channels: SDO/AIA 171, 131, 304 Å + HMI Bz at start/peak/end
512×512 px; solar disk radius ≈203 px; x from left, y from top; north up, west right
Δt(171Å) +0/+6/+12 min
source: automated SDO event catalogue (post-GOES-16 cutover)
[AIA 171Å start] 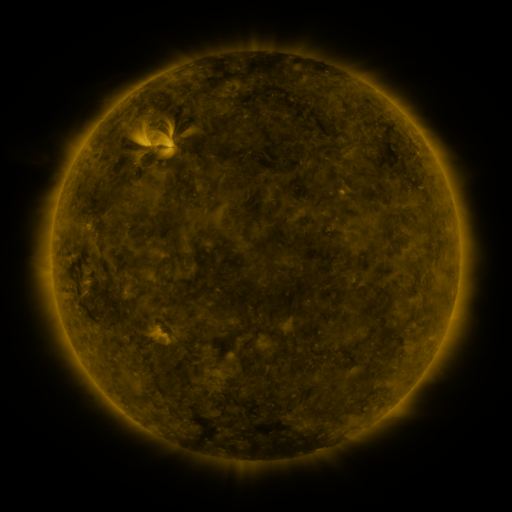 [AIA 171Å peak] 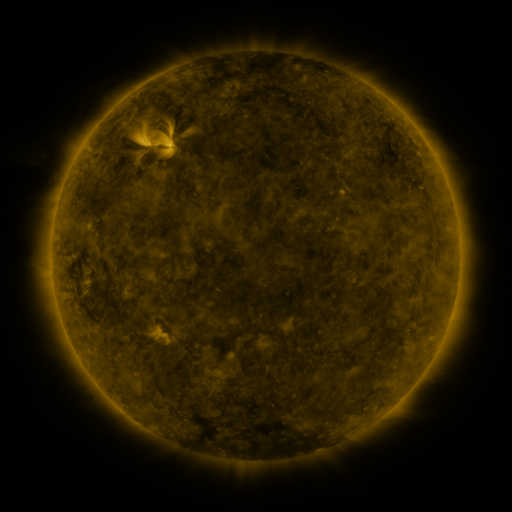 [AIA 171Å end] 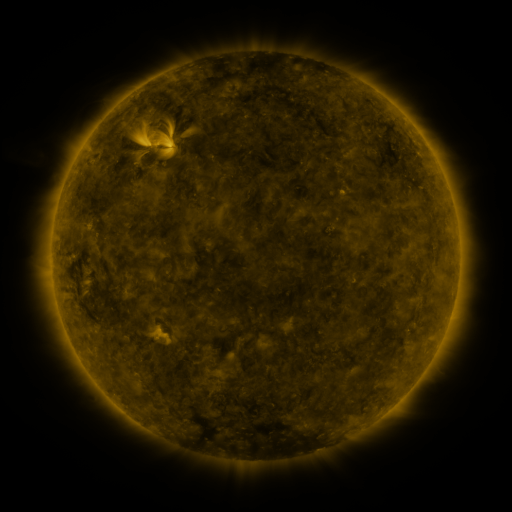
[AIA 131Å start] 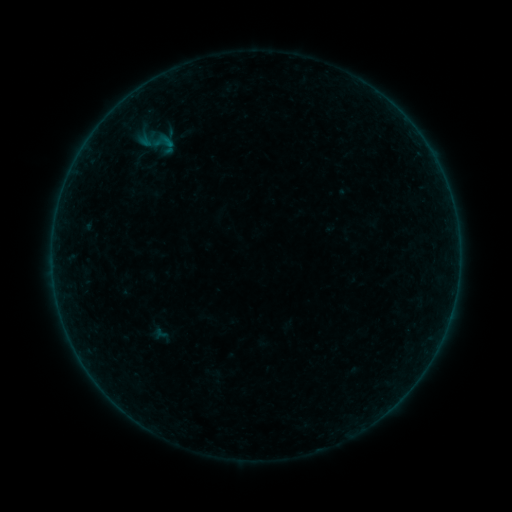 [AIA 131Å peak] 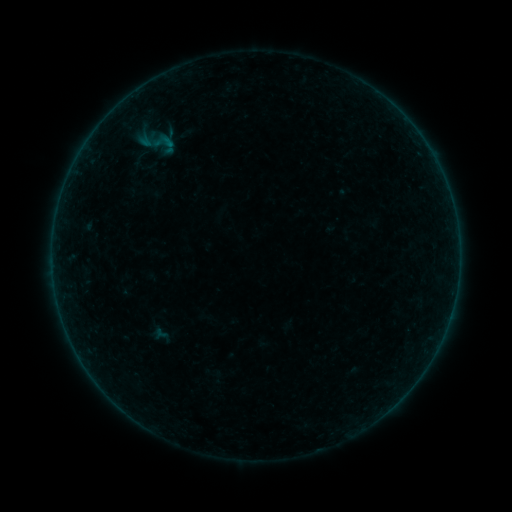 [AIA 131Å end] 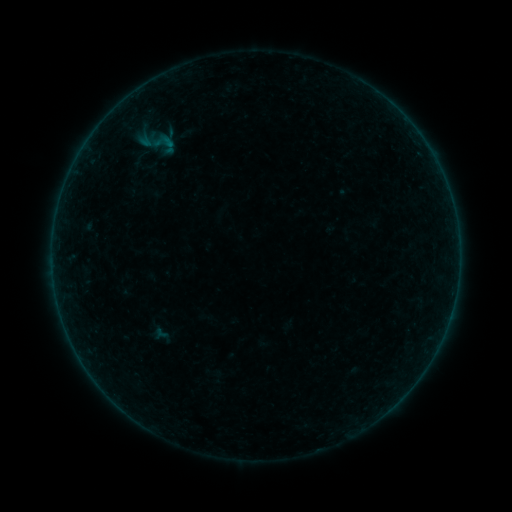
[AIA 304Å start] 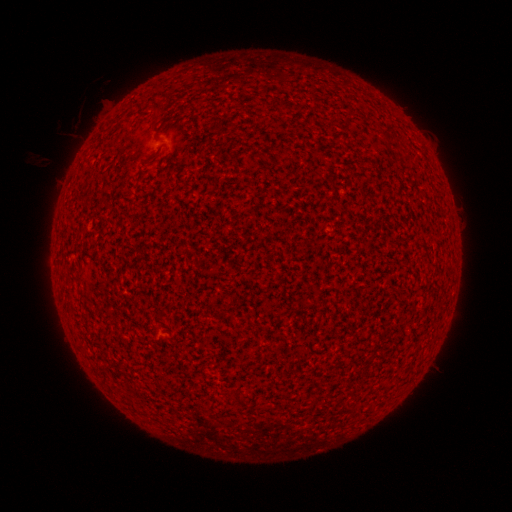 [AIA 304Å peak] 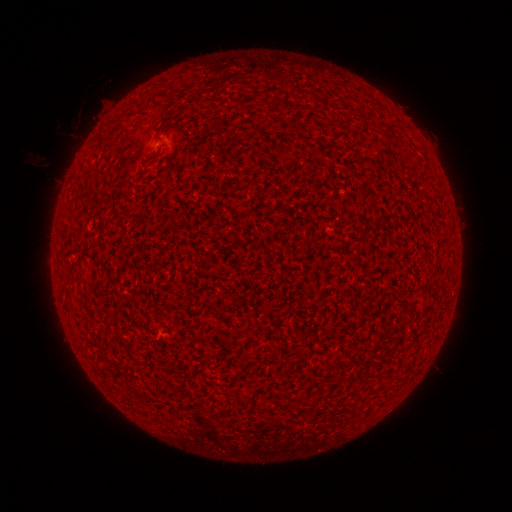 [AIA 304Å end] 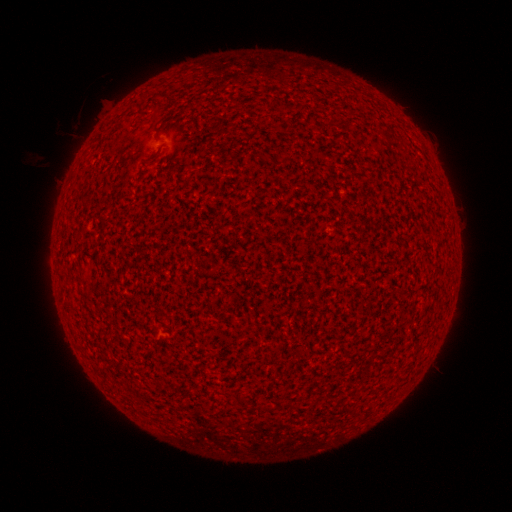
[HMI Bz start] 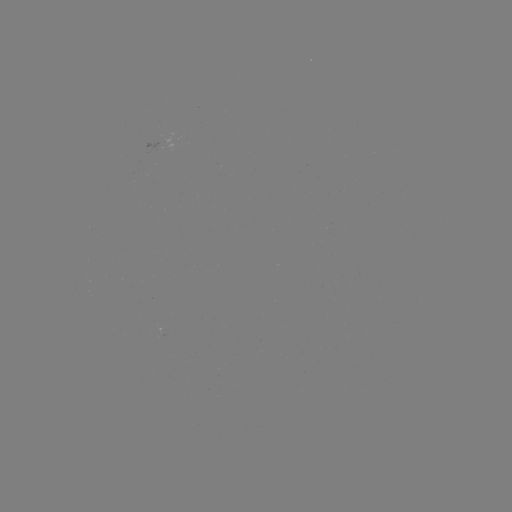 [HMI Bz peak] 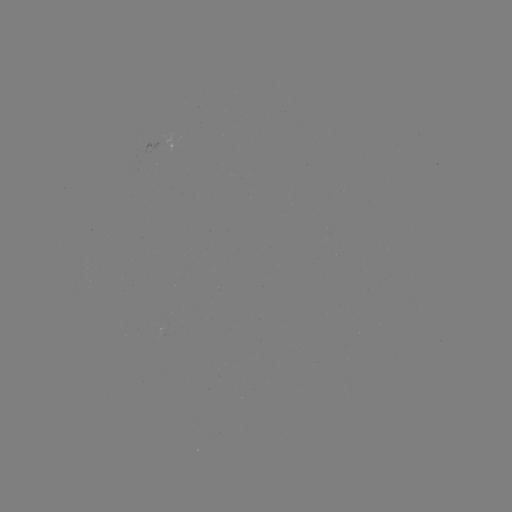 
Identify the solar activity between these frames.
no catalogued flare and no flagged EUV brightening in this window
